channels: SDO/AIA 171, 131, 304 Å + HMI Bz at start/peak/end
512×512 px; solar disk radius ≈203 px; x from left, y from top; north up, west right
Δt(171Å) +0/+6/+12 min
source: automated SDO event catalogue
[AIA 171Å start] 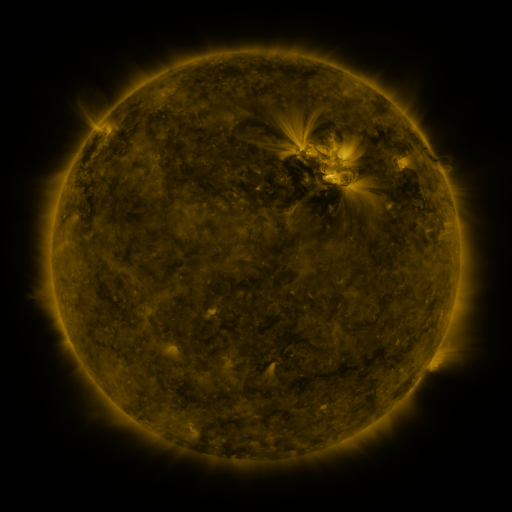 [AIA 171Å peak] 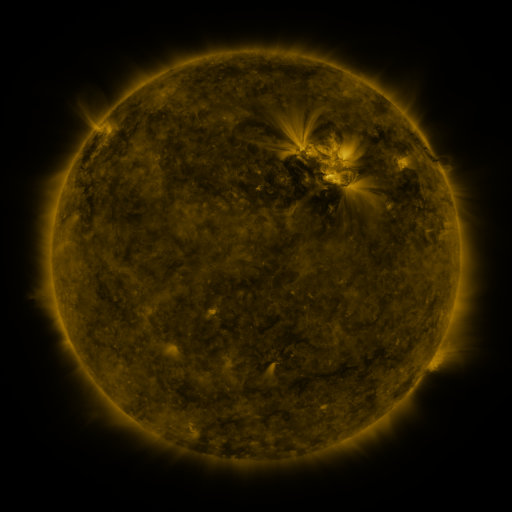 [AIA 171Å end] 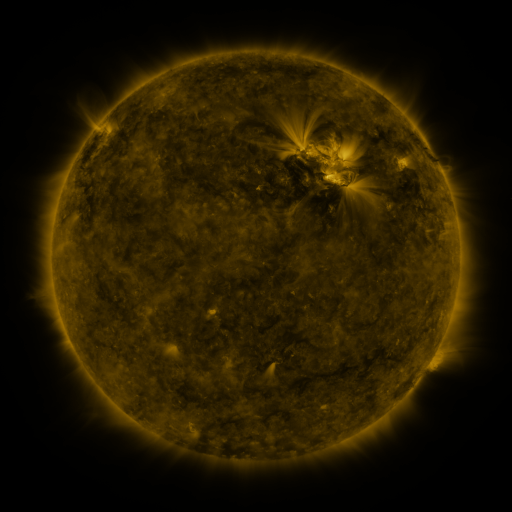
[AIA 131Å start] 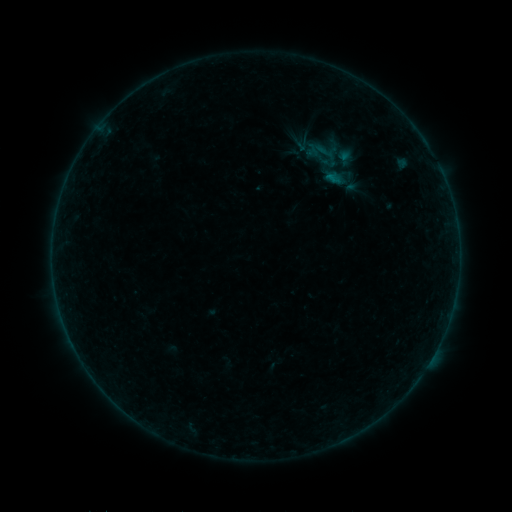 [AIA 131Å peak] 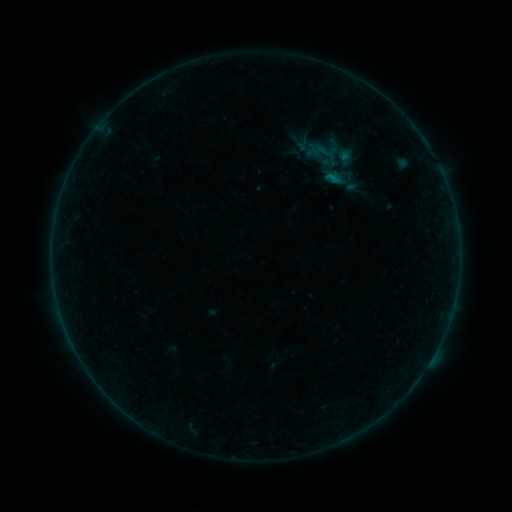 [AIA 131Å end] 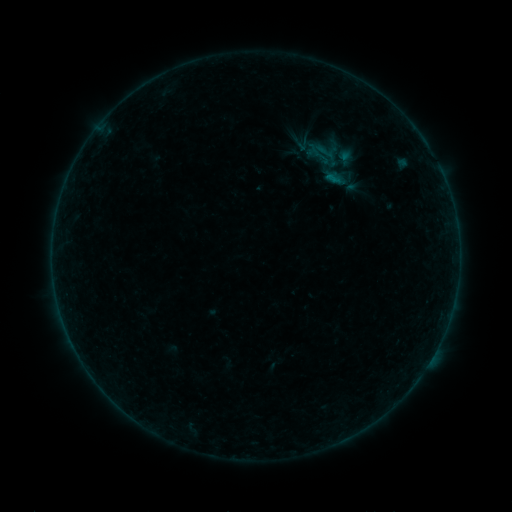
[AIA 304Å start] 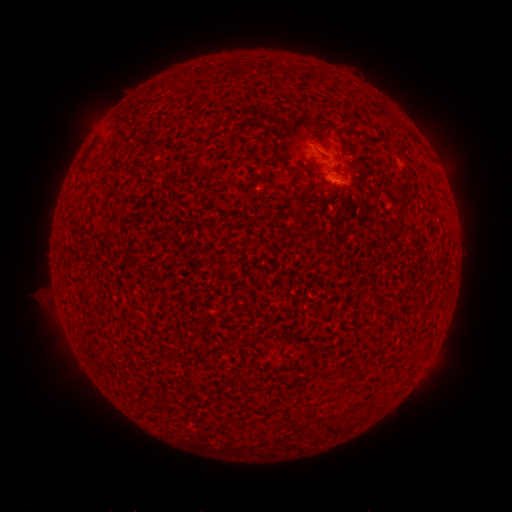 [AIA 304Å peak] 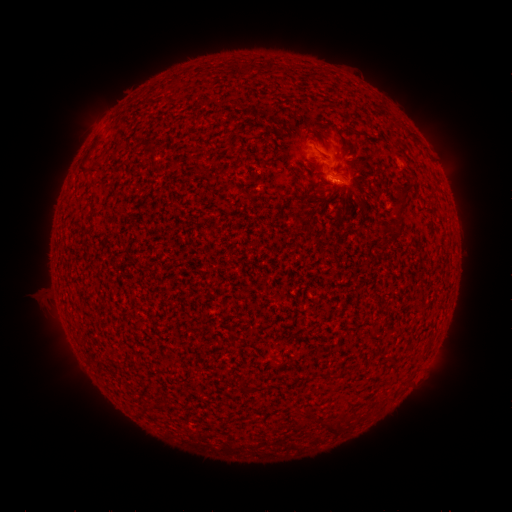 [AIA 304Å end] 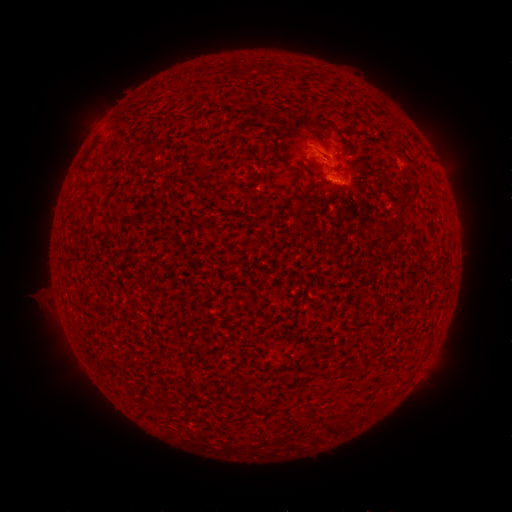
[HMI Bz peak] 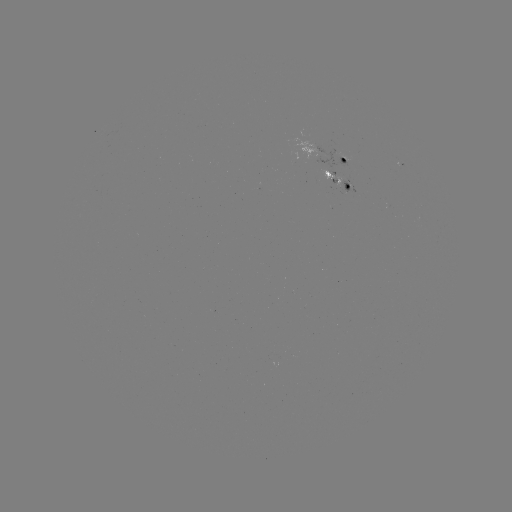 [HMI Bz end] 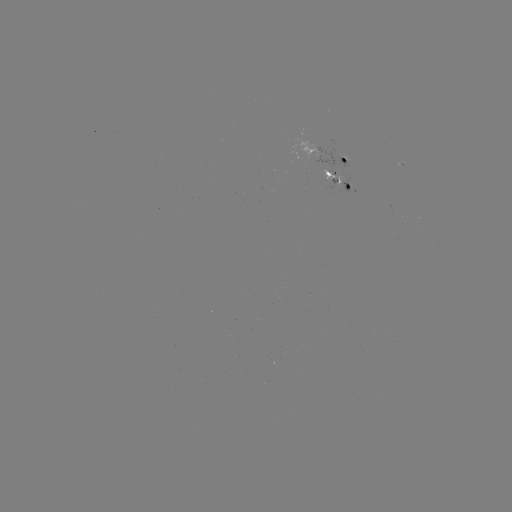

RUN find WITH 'B1.4 flare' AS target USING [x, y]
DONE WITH [335, 183] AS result